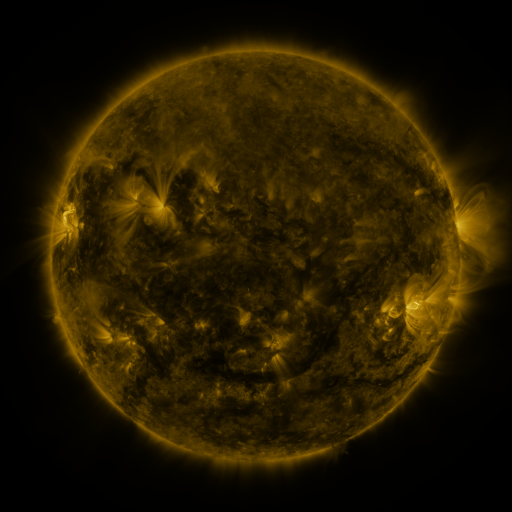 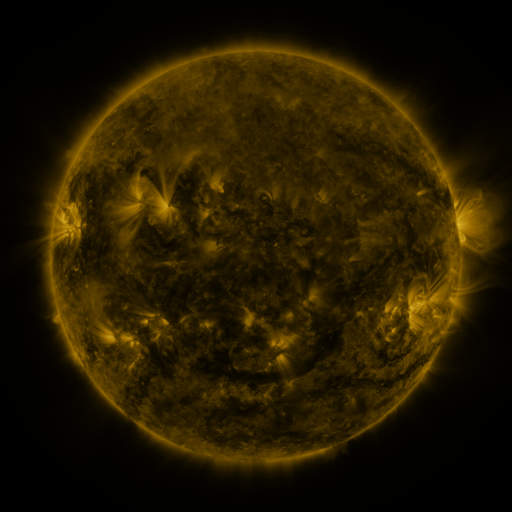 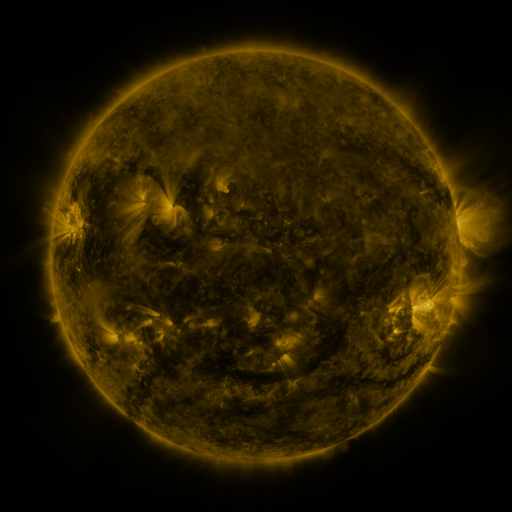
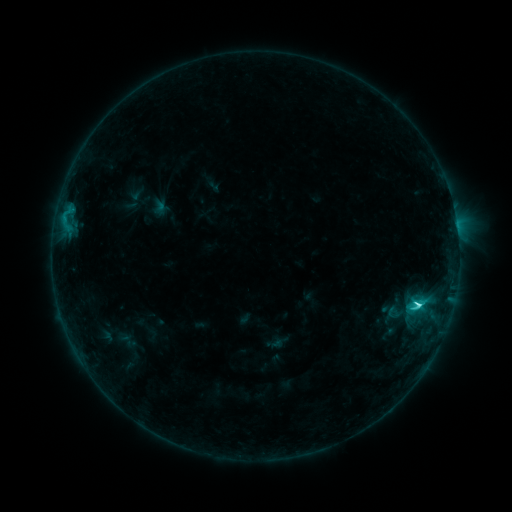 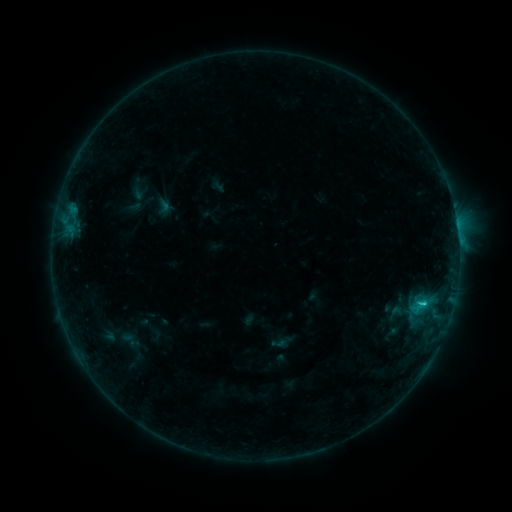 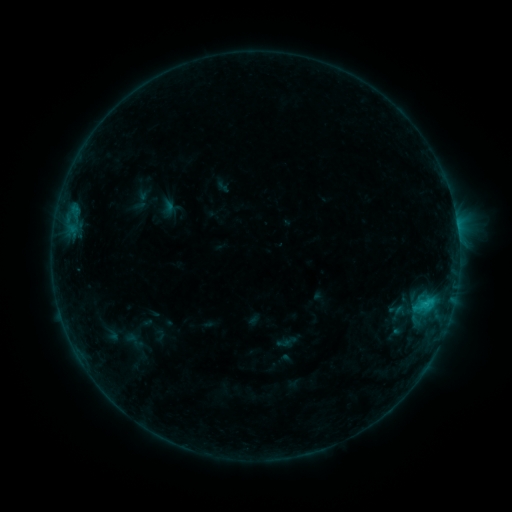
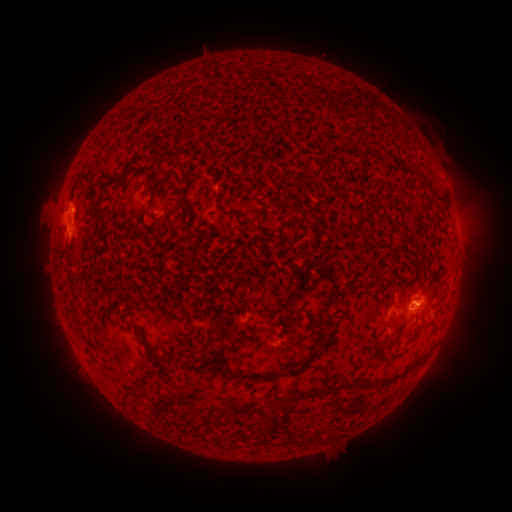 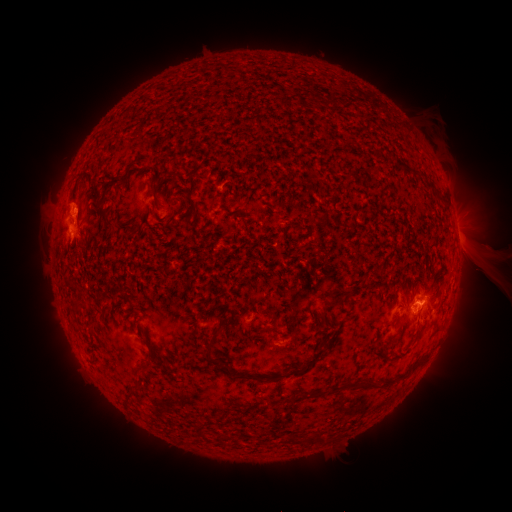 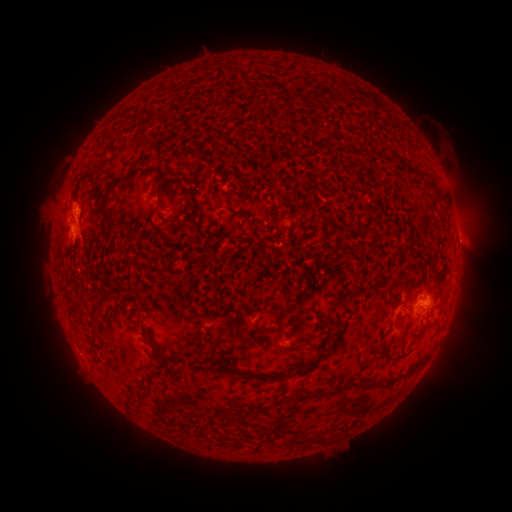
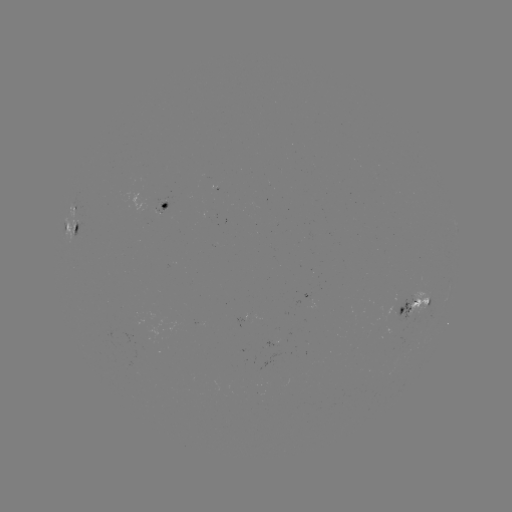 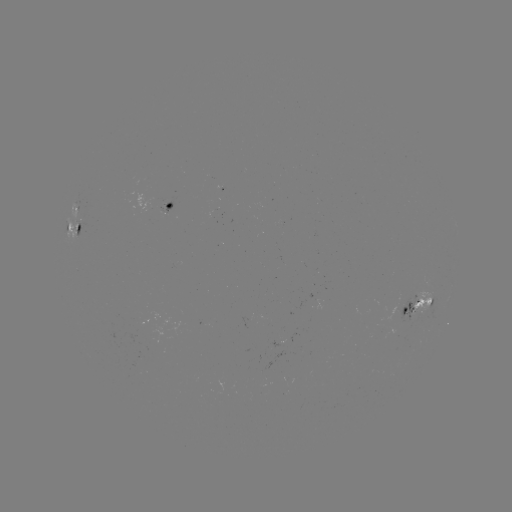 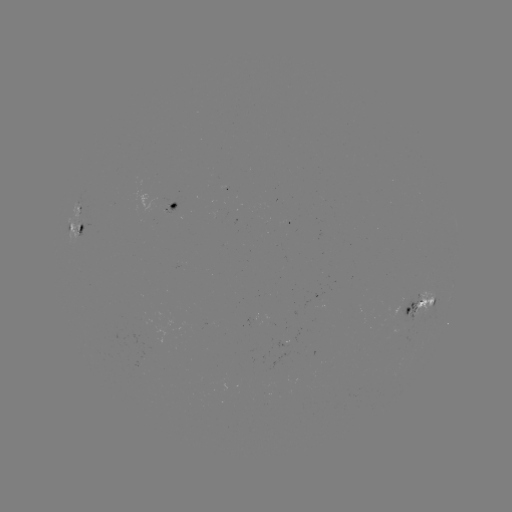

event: filament eruption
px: (400, 264)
